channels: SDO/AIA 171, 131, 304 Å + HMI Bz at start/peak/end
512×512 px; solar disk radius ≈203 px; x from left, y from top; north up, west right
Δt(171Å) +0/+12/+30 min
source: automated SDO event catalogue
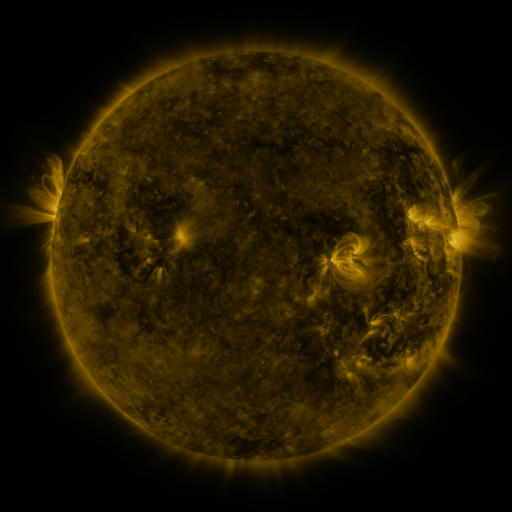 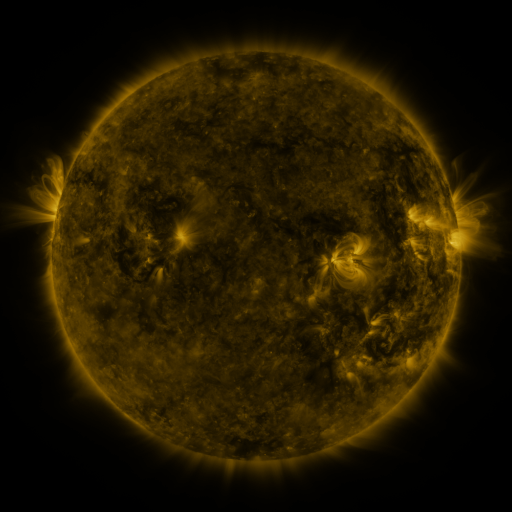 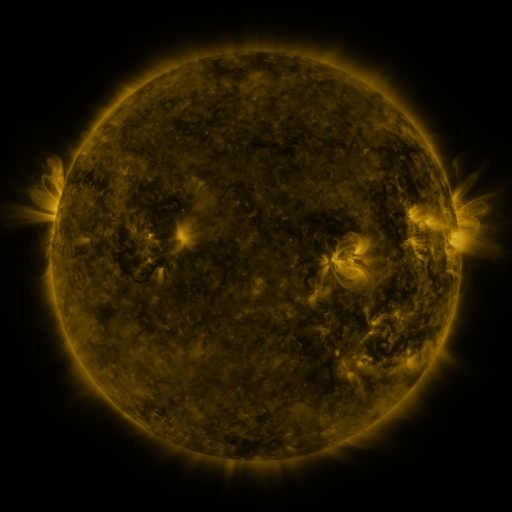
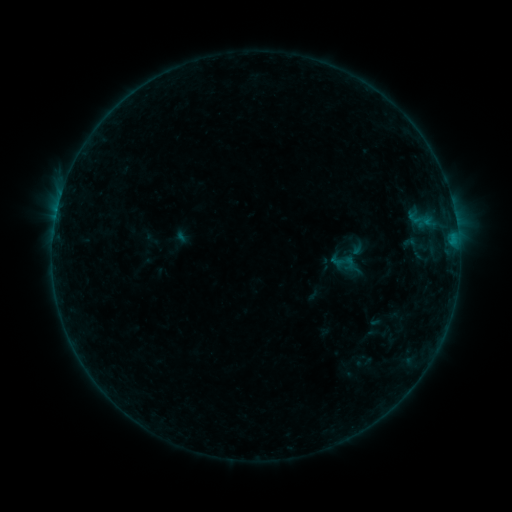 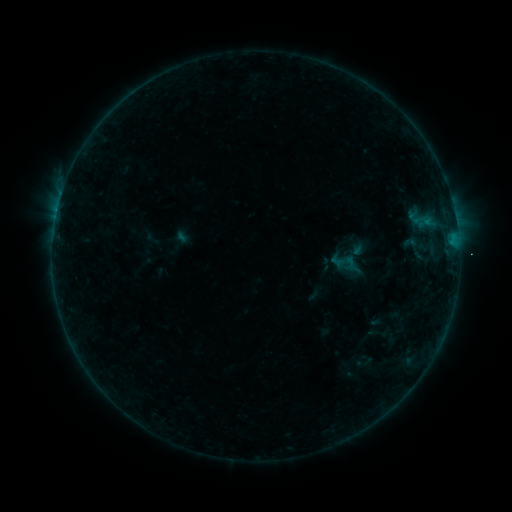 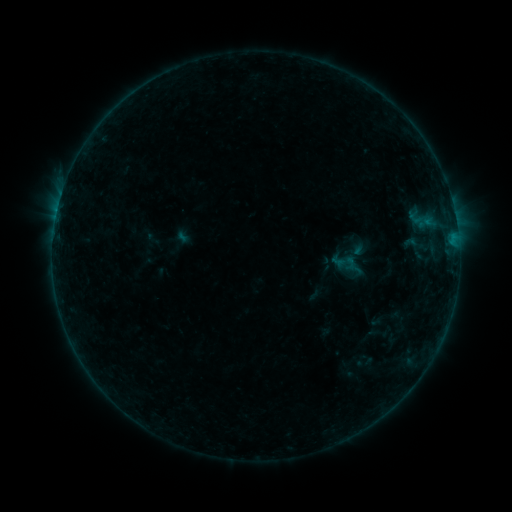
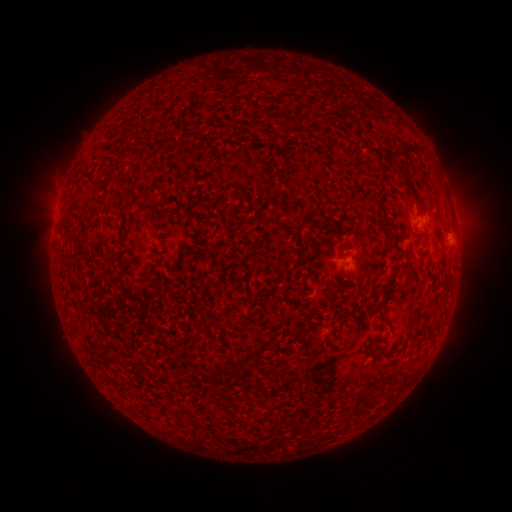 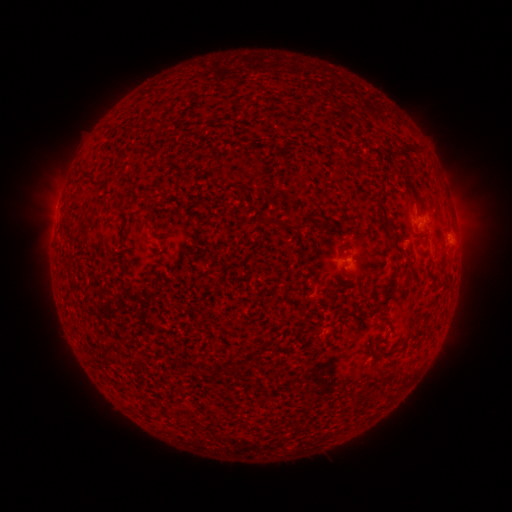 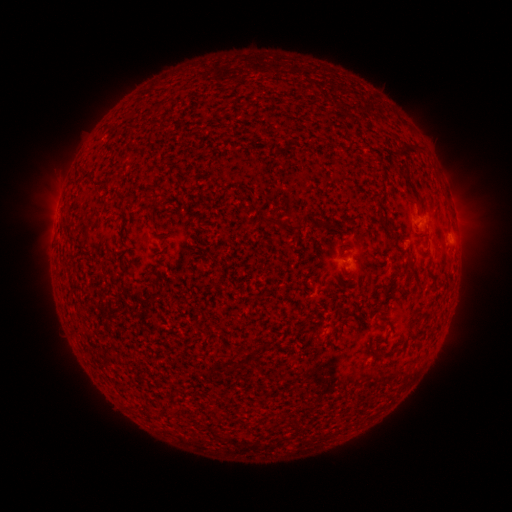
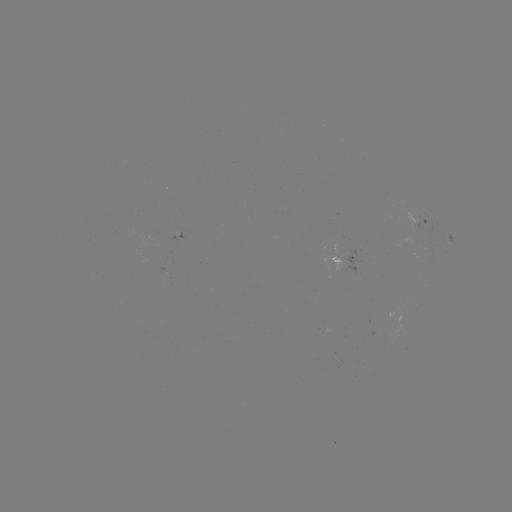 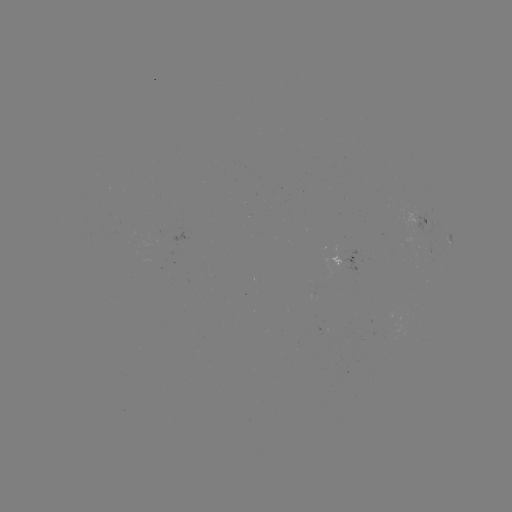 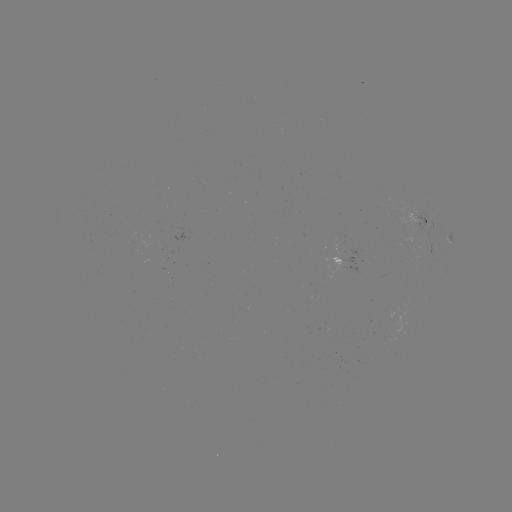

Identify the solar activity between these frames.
no classed flare was catalogued and no EUV brightening was flagged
